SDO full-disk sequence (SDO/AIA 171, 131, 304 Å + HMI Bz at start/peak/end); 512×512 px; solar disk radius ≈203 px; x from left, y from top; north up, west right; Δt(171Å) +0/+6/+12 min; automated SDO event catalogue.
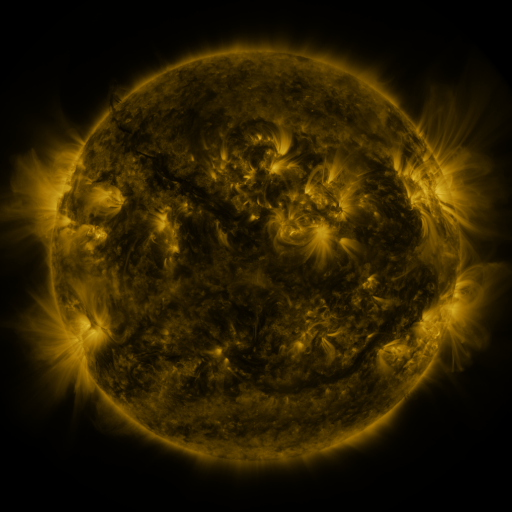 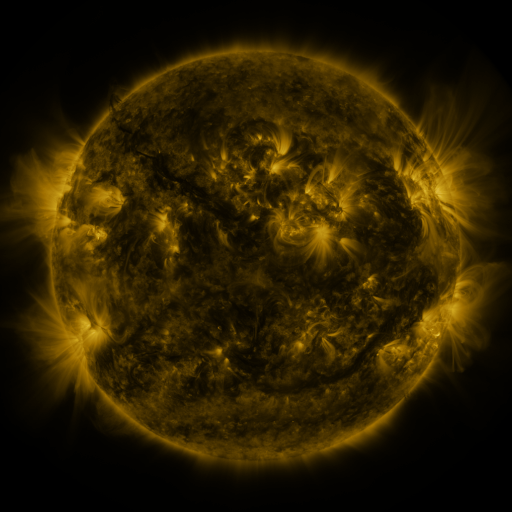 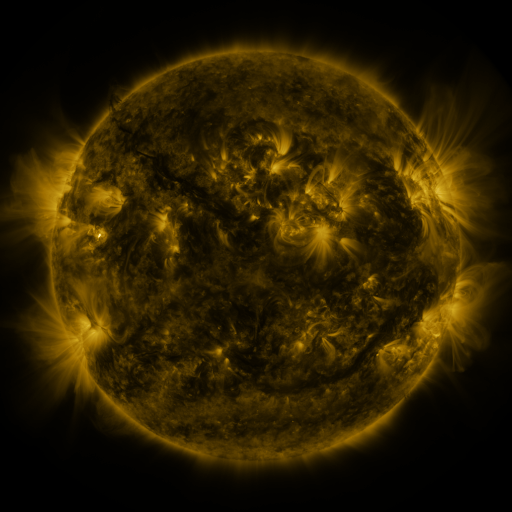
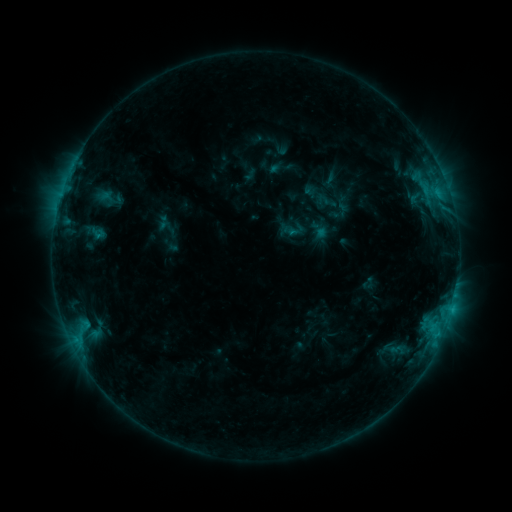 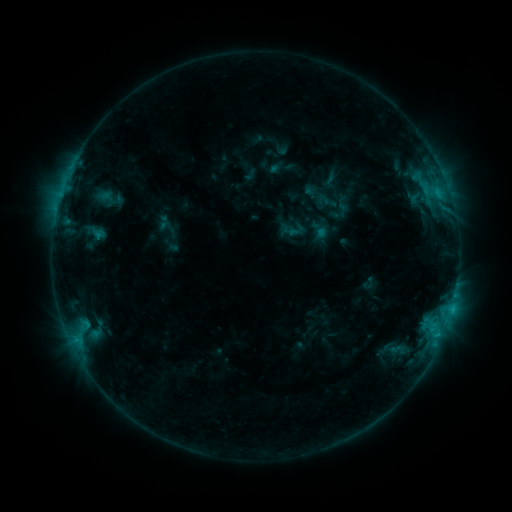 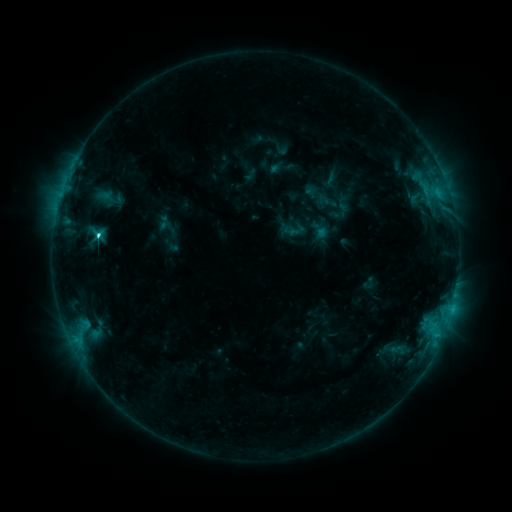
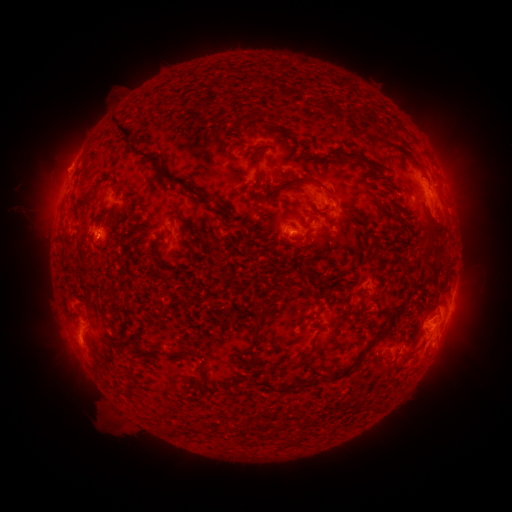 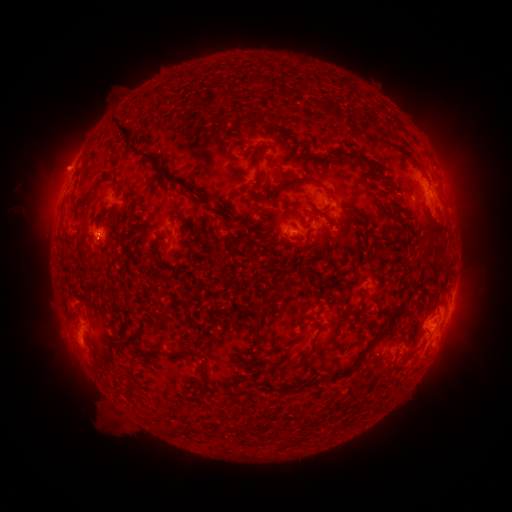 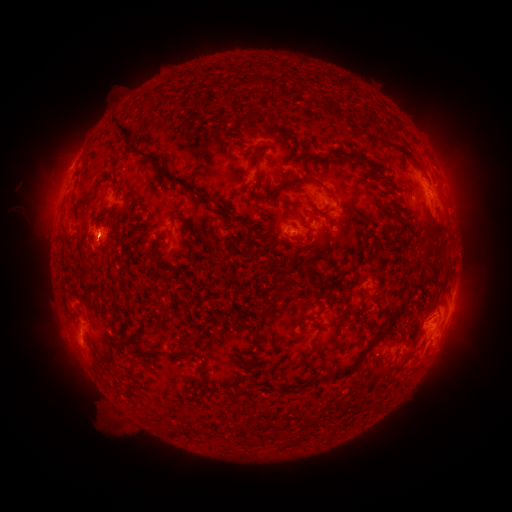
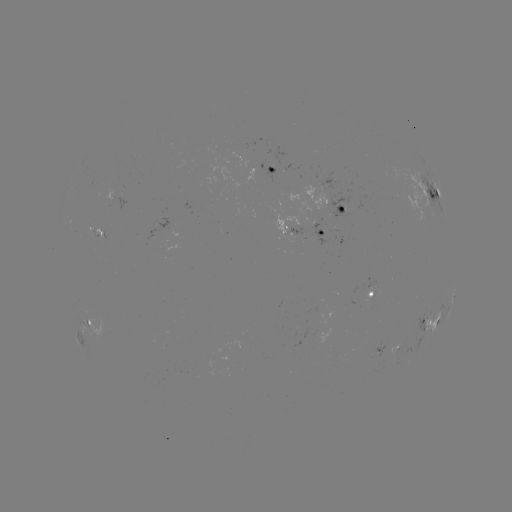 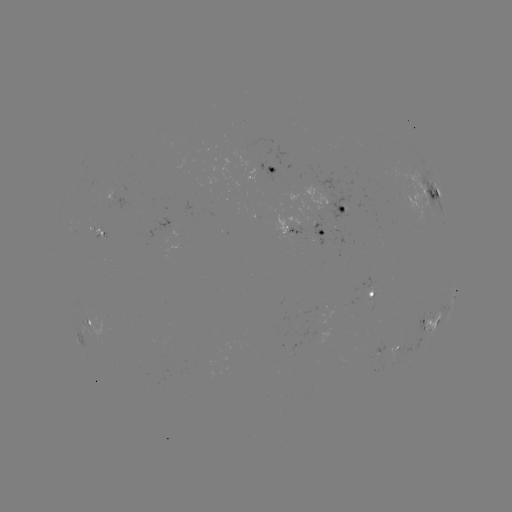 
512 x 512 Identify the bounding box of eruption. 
[37, 135, 109, 192].